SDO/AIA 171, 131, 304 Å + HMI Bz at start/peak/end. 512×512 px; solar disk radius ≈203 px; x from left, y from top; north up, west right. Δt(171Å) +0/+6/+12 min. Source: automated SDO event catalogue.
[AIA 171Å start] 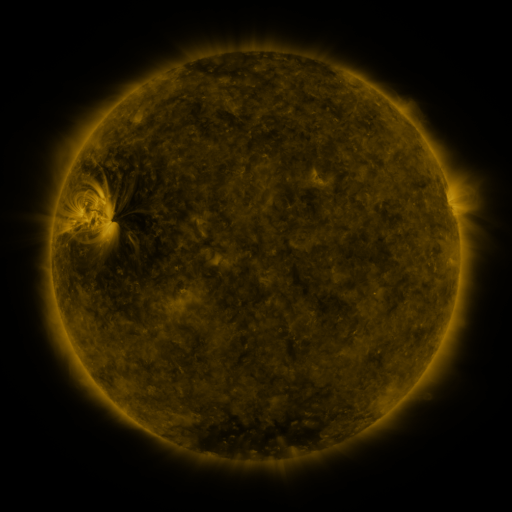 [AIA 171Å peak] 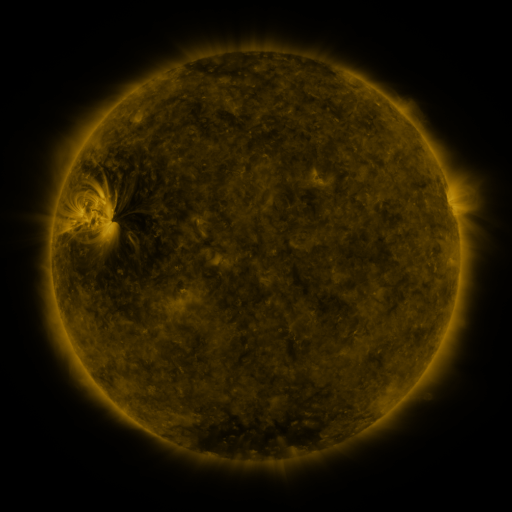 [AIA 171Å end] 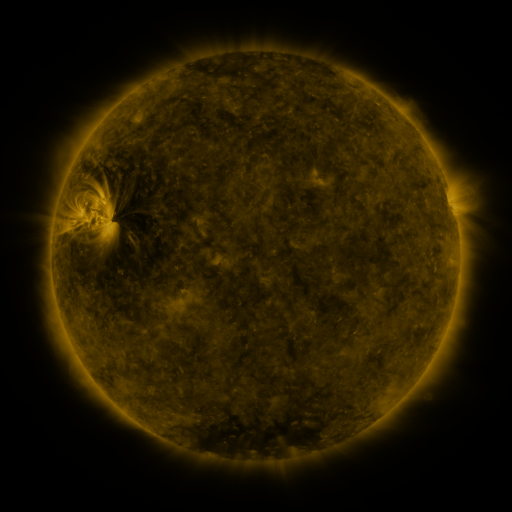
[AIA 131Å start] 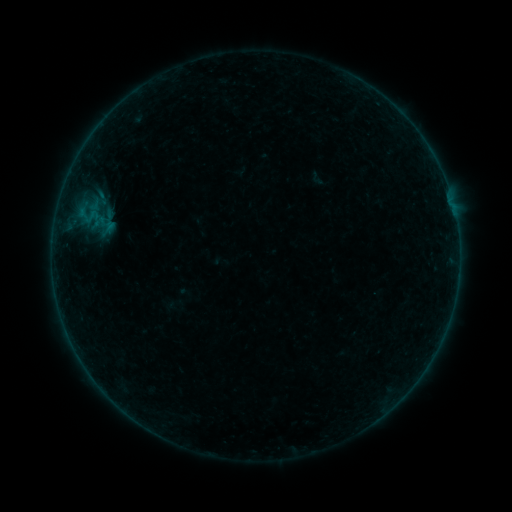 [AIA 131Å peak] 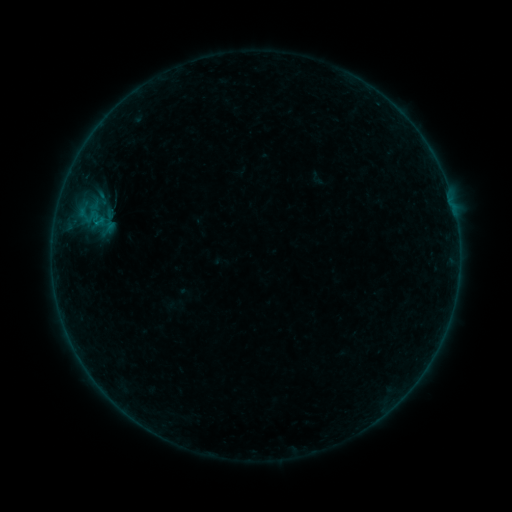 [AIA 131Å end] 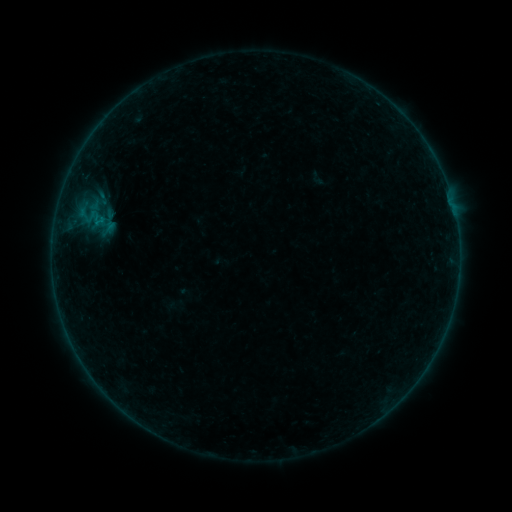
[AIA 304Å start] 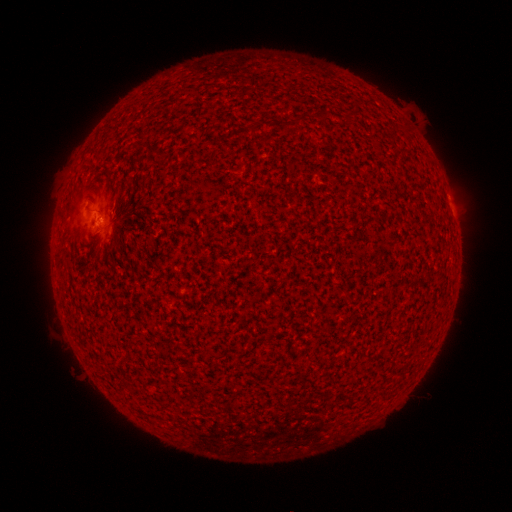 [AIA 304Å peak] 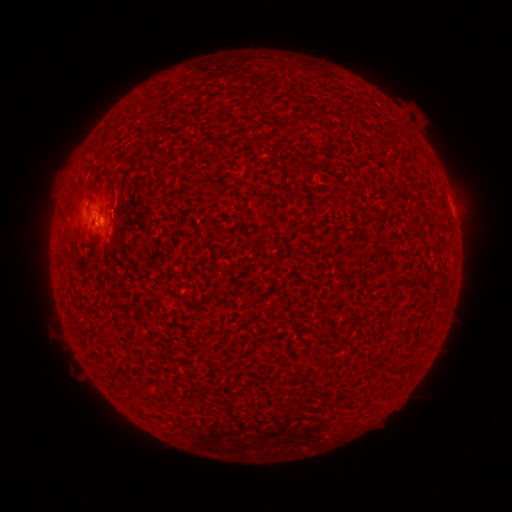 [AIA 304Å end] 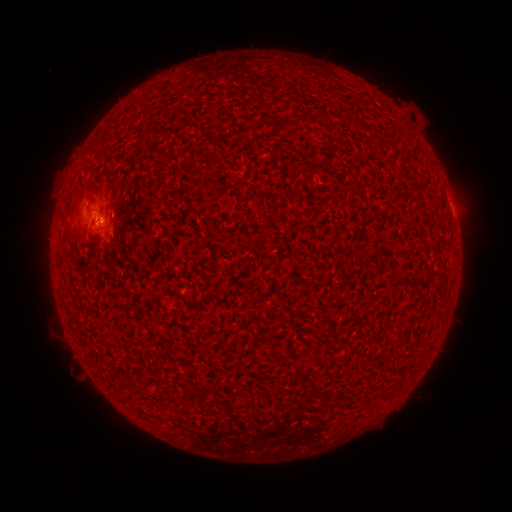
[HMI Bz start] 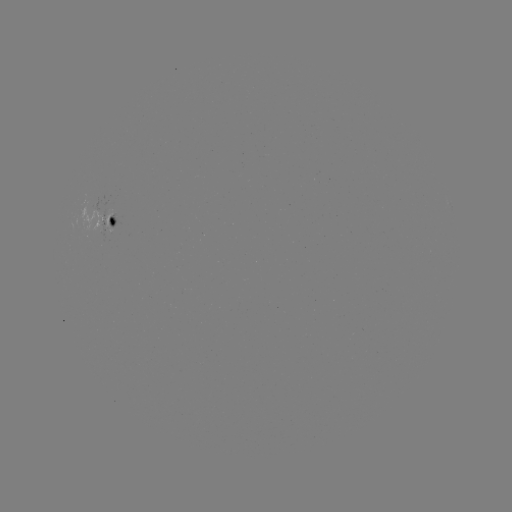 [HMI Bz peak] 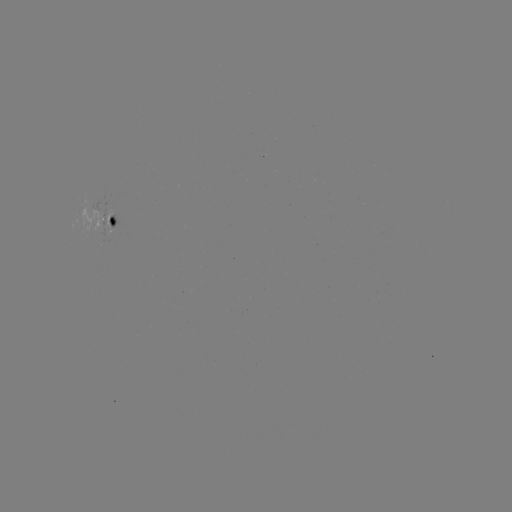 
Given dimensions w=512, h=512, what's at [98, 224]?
B1.3 flare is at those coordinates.